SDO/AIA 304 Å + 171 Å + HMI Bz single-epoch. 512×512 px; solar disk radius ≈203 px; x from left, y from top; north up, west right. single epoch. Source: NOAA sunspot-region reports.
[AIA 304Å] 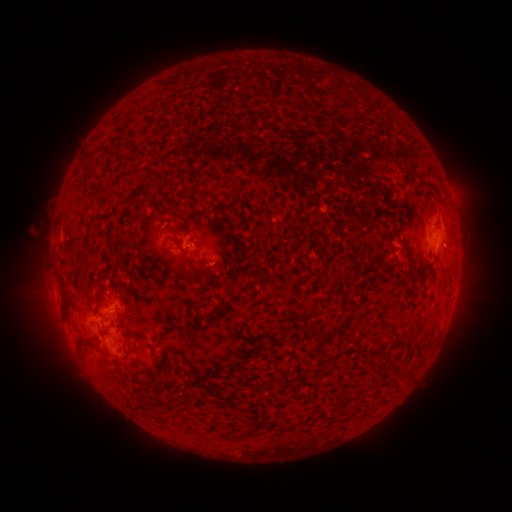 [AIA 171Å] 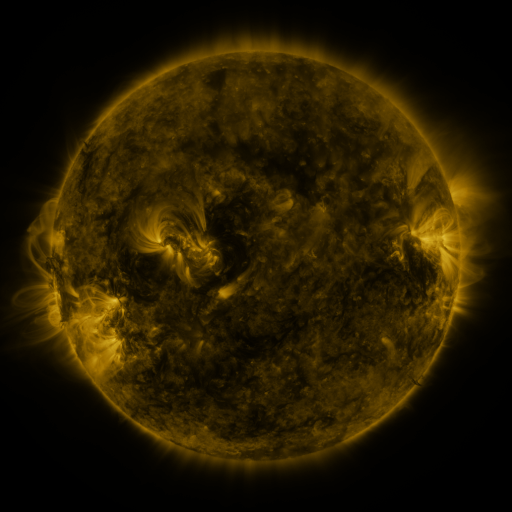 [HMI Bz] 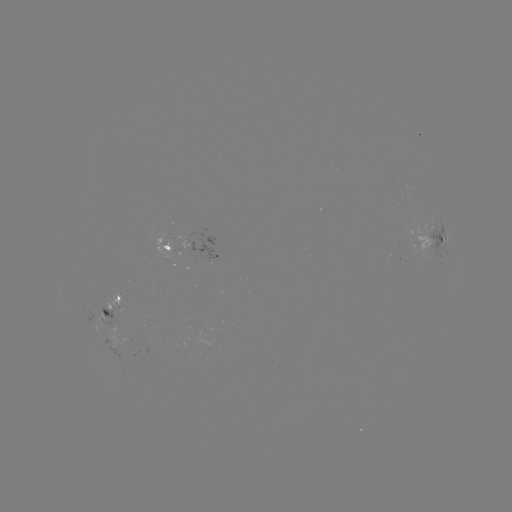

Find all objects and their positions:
spotted active region: (444, 239)
spotted active region: (170, 249)
spotted active region: (217, 257)
spotted active region: (112, 306)
spotted active region: (112, 342)
